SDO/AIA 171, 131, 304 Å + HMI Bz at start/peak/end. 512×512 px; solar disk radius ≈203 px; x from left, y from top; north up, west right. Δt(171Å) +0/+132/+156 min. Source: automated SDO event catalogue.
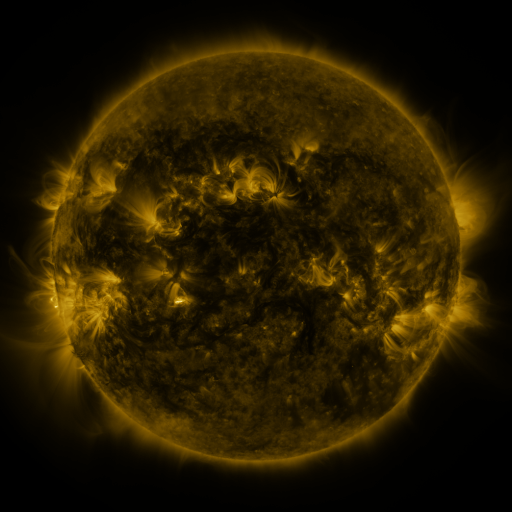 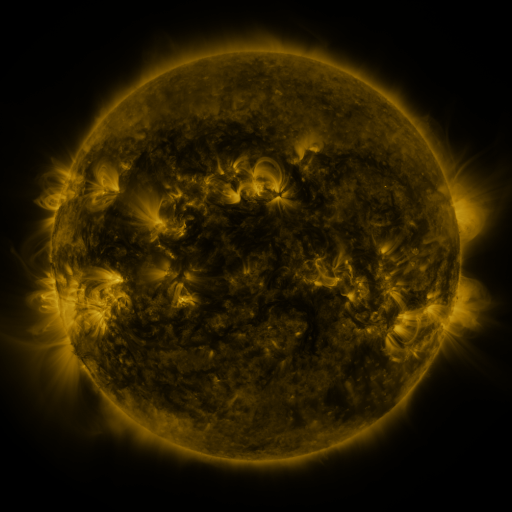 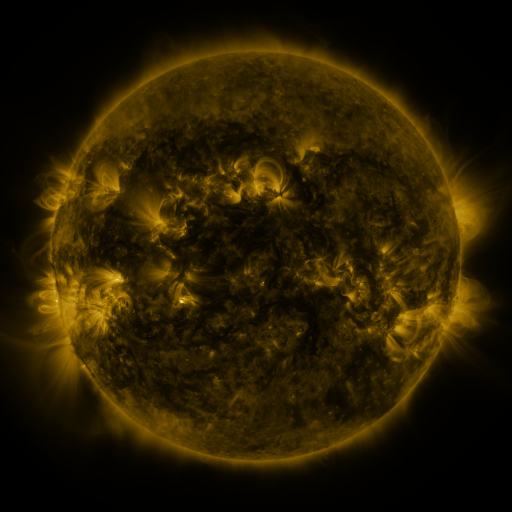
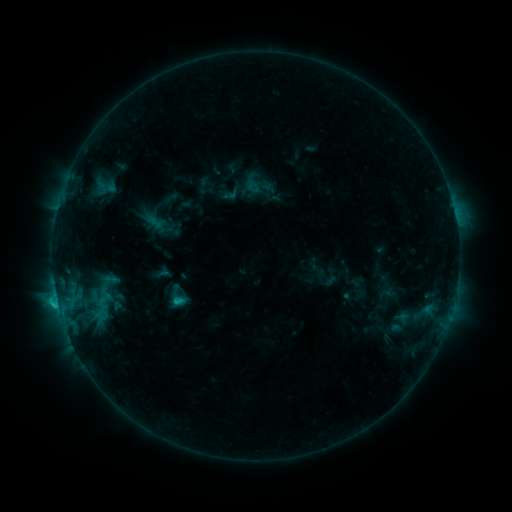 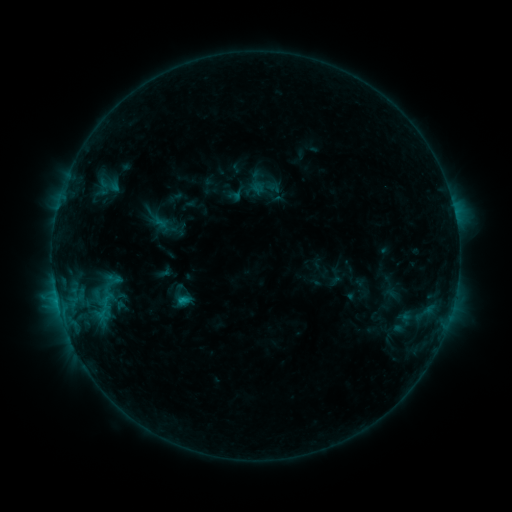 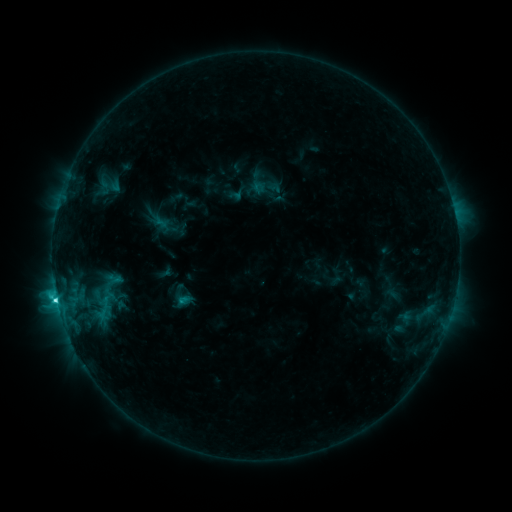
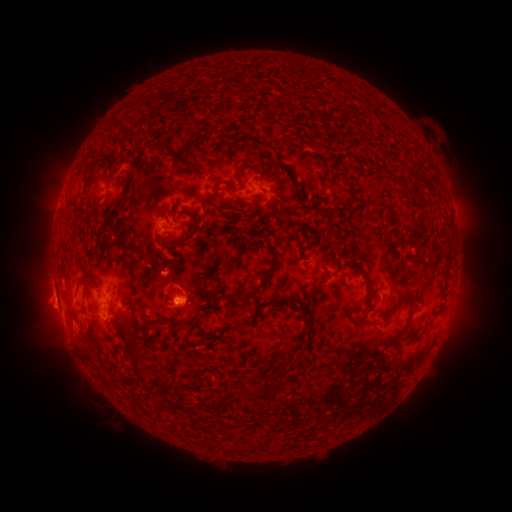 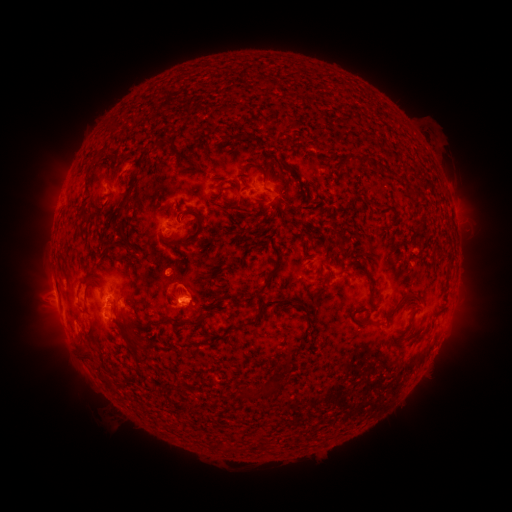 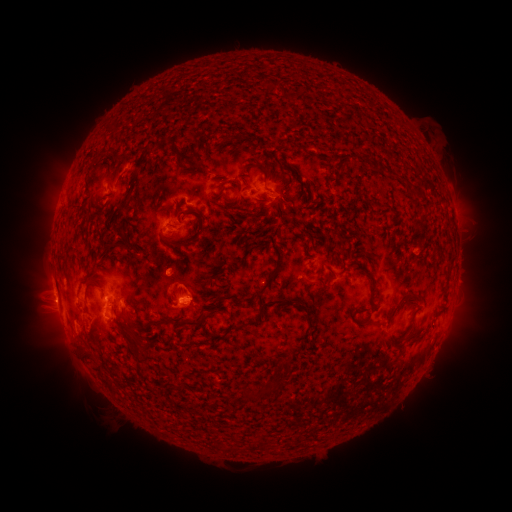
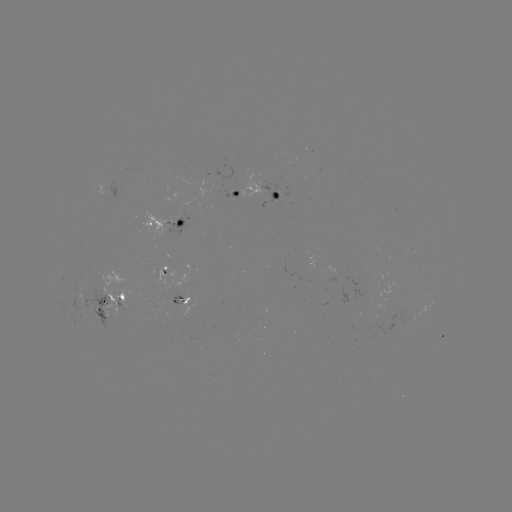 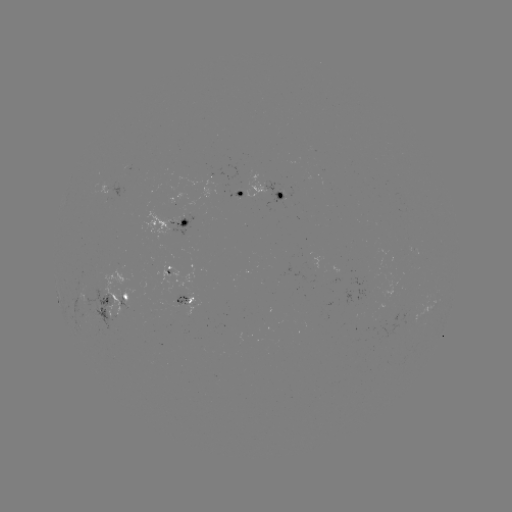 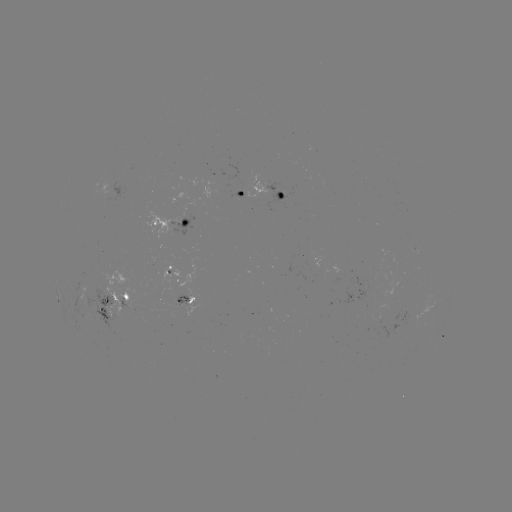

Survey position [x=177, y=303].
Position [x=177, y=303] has emerging-flux region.